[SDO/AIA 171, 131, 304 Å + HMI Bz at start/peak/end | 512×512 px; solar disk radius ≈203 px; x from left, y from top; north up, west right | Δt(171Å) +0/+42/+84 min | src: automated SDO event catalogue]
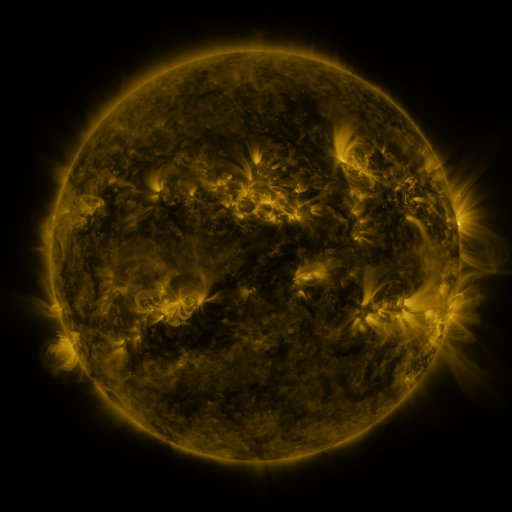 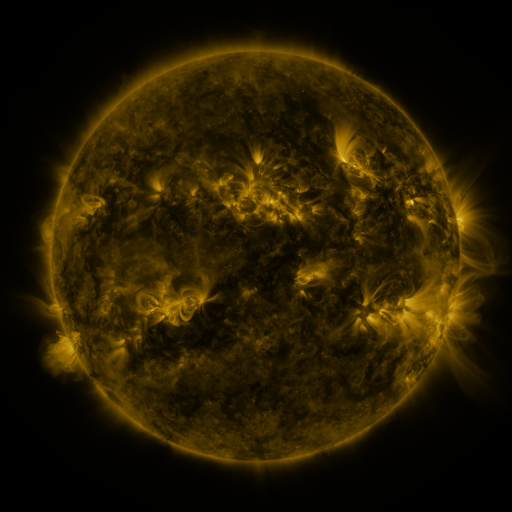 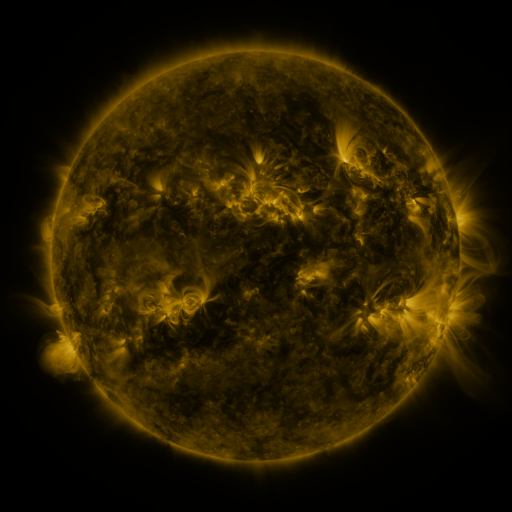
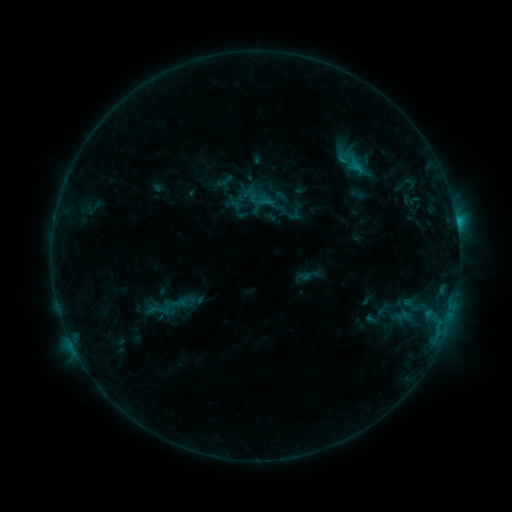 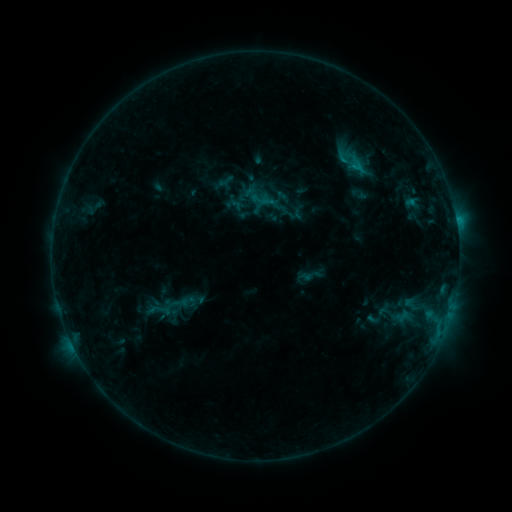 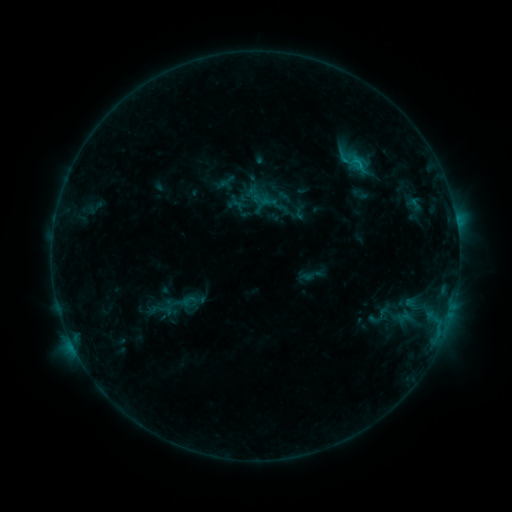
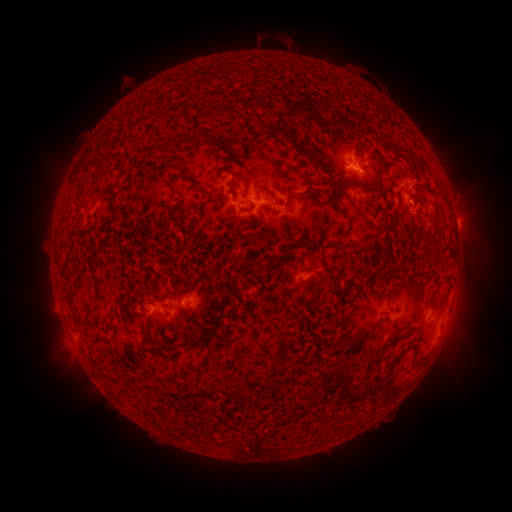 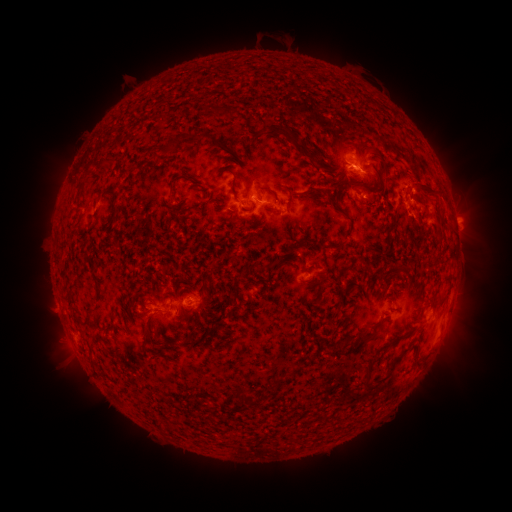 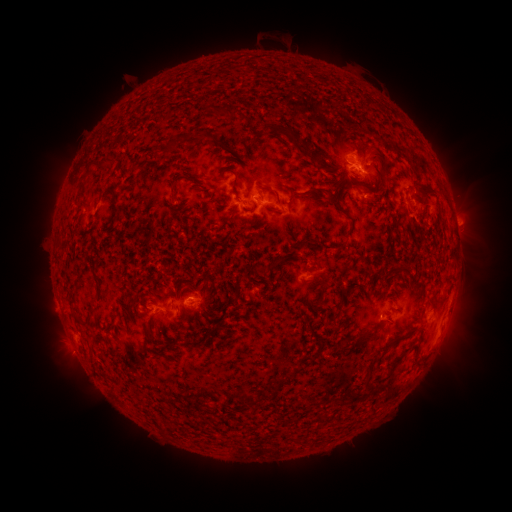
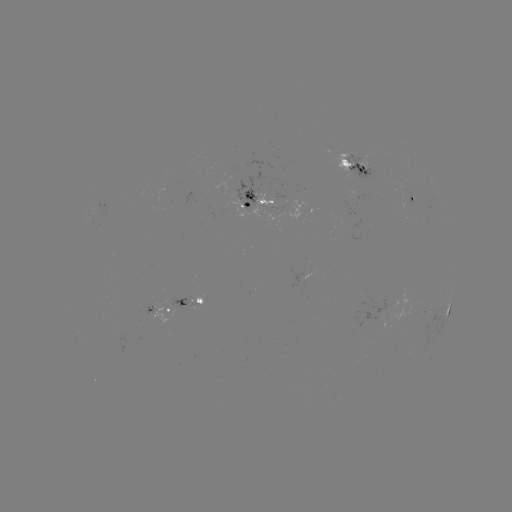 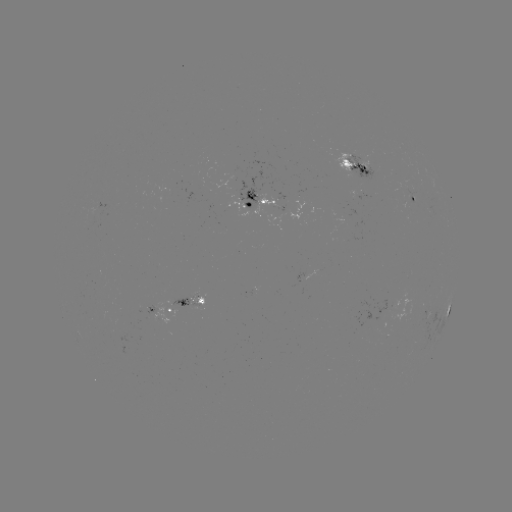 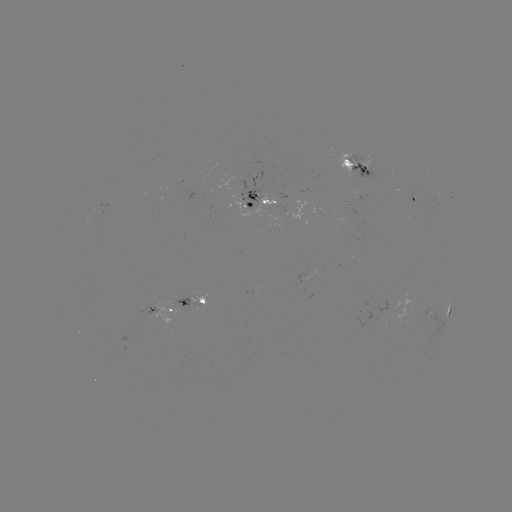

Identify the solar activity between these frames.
filament eruption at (422, 218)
